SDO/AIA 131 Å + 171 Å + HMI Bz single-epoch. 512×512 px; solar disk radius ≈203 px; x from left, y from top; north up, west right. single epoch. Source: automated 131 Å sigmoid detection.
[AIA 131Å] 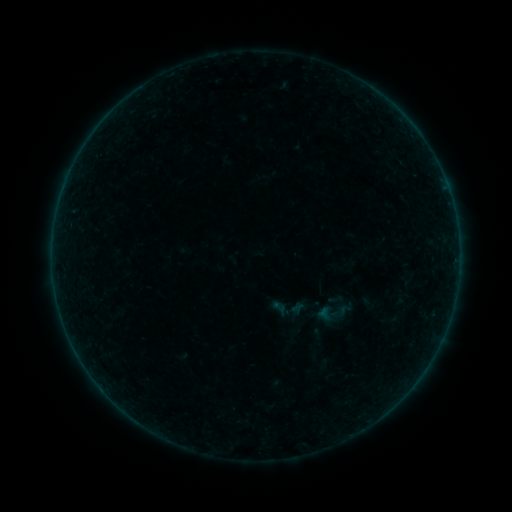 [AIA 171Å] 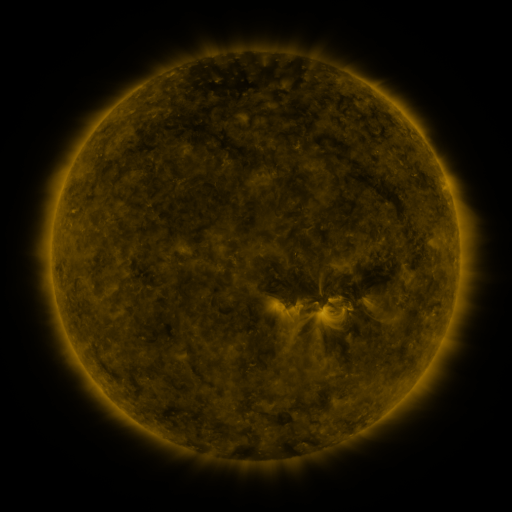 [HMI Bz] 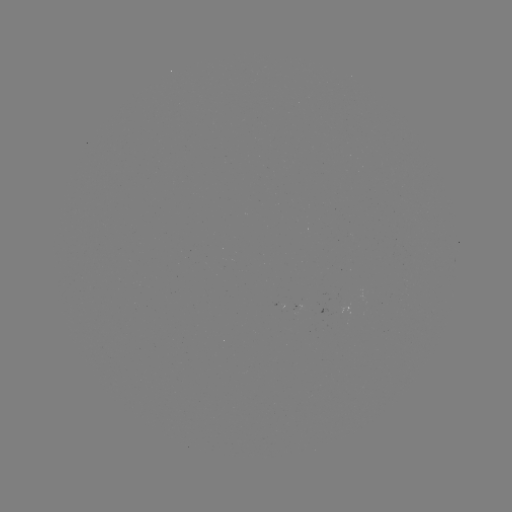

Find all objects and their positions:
sigmoid: [314, 293, 352, 332]
